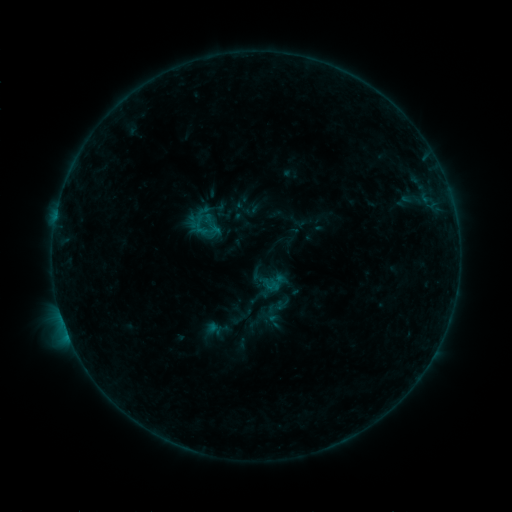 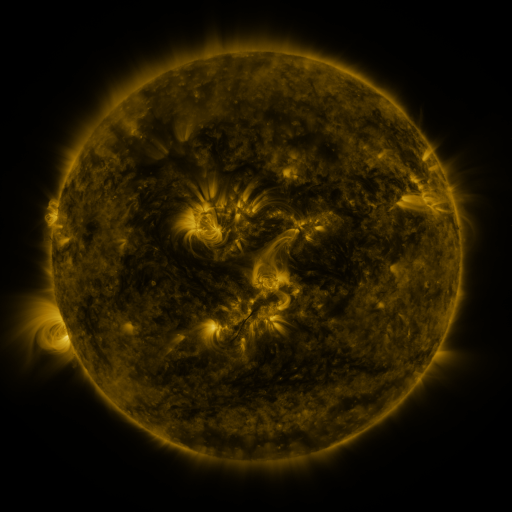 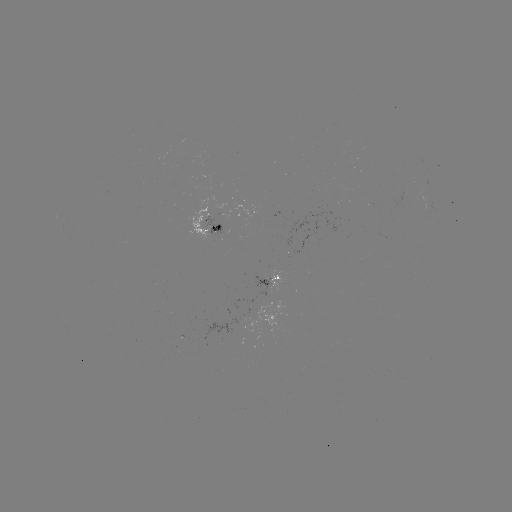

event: sigmoid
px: (207, 229)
